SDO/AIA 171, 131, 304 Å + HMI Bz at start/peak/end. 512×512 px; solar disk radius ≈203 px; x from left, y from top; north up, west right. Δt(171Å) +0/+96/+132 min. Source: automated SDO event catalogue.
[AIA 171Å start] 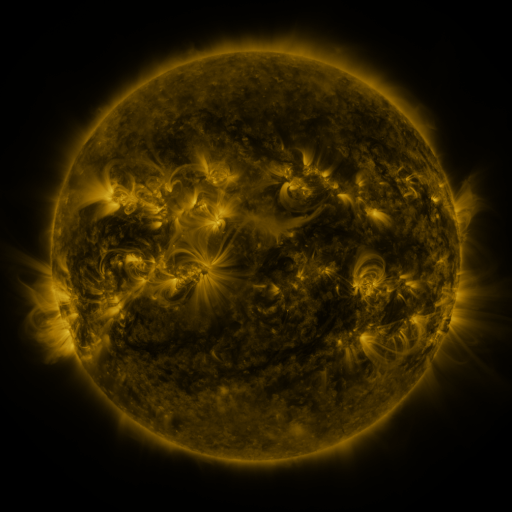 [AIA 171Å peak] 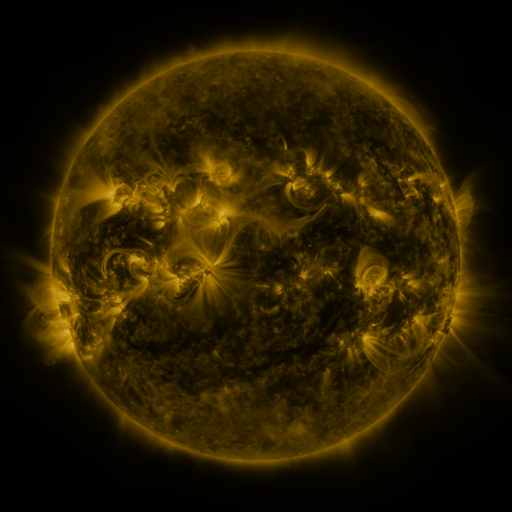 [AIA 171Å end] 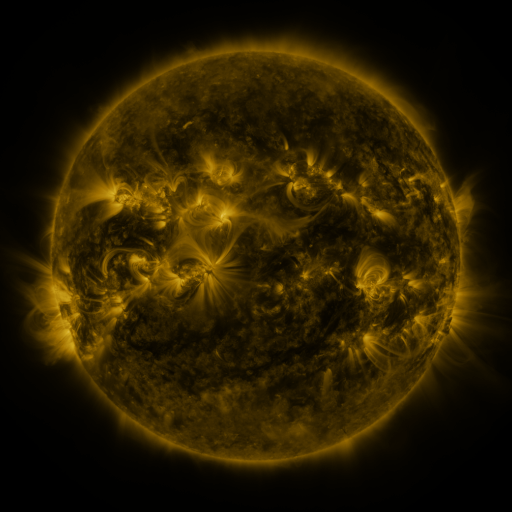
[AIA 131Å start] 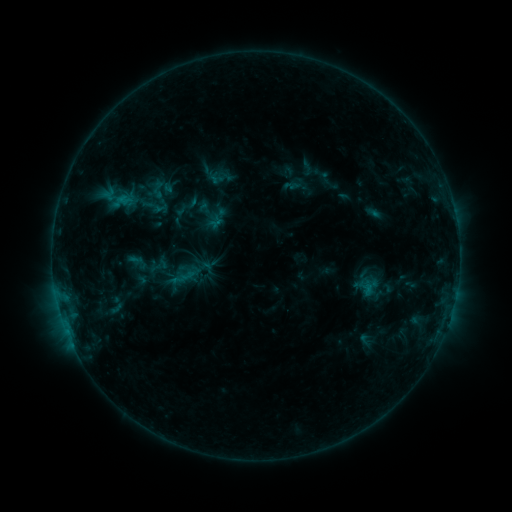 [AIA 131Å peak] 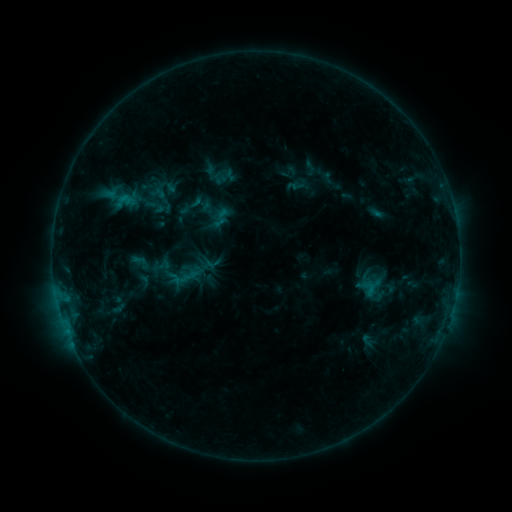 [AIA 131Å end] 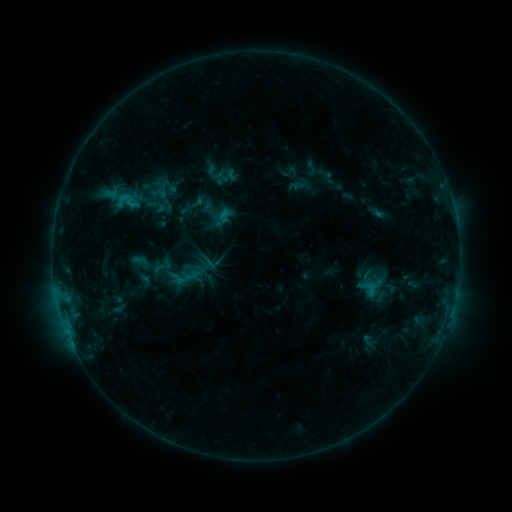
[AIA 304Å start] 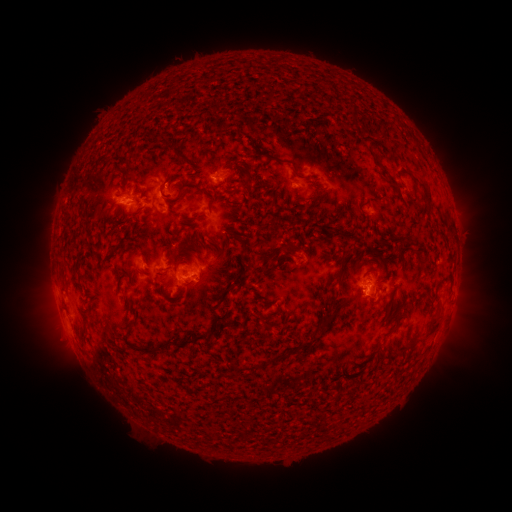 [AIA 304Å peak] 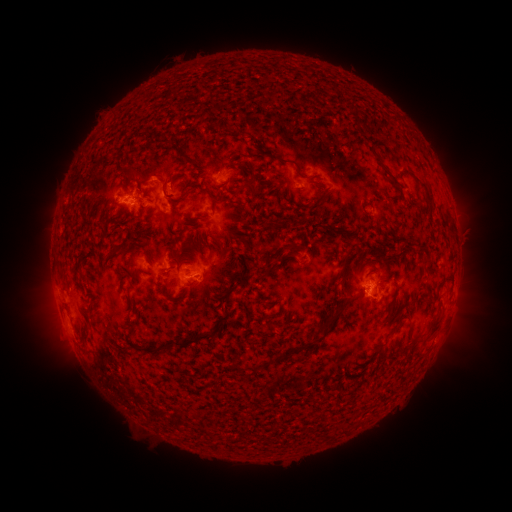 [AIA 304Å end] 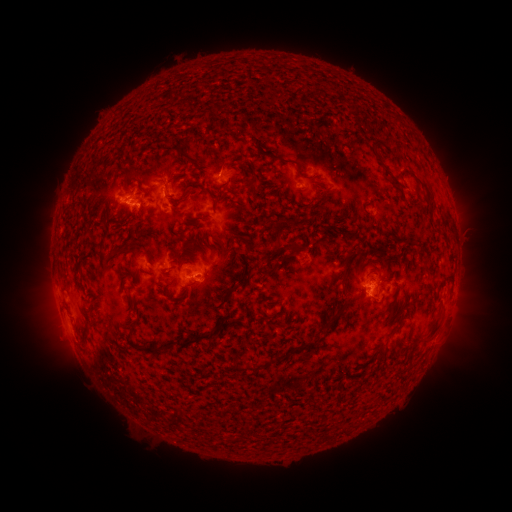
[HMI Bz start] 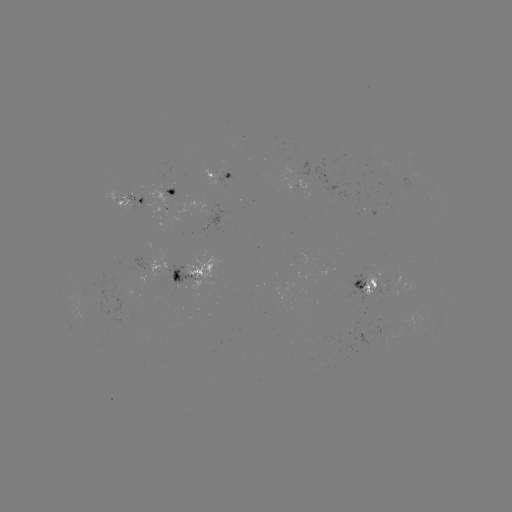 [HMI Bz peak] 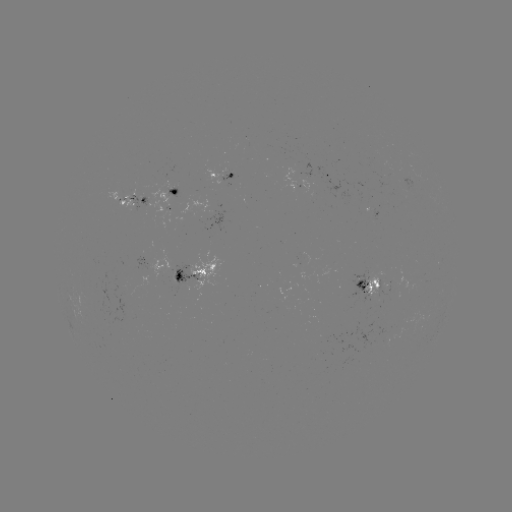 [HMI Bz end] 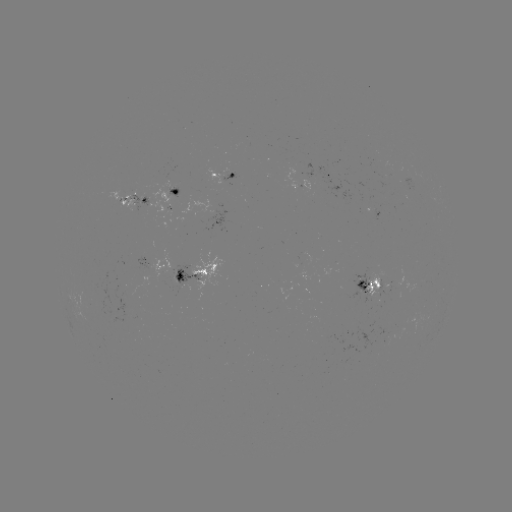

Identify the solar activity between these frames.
emerging-flux region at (371, 292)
